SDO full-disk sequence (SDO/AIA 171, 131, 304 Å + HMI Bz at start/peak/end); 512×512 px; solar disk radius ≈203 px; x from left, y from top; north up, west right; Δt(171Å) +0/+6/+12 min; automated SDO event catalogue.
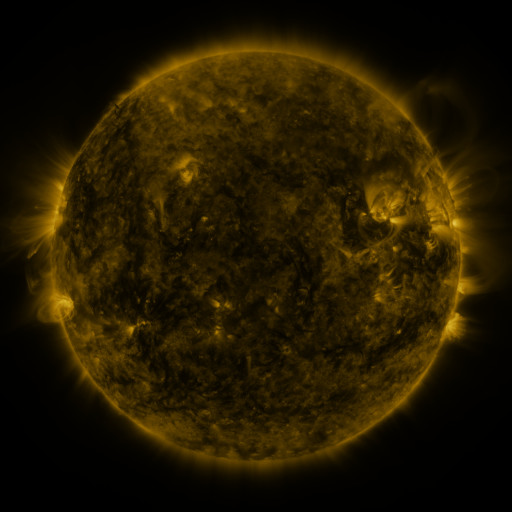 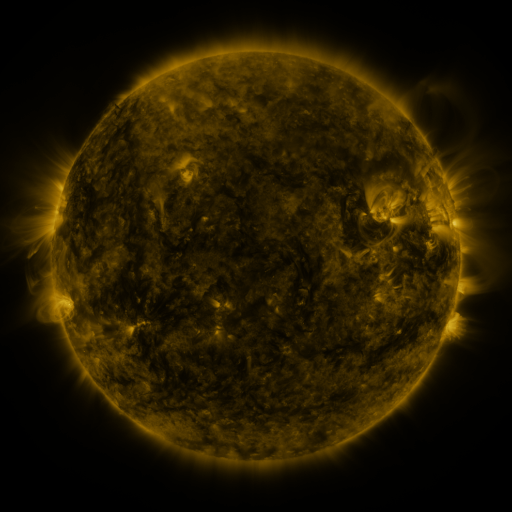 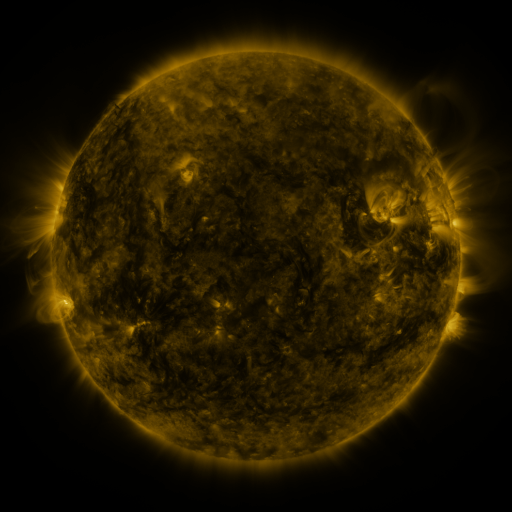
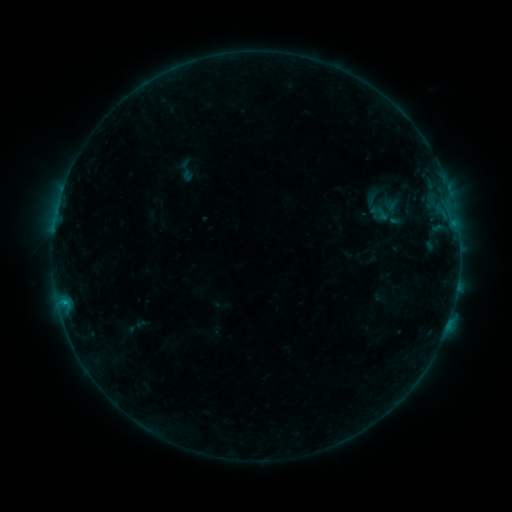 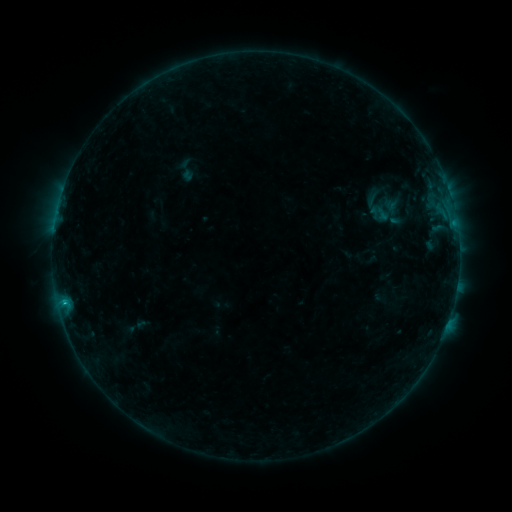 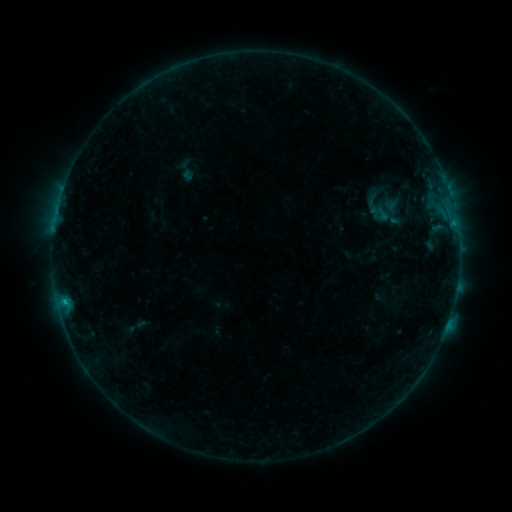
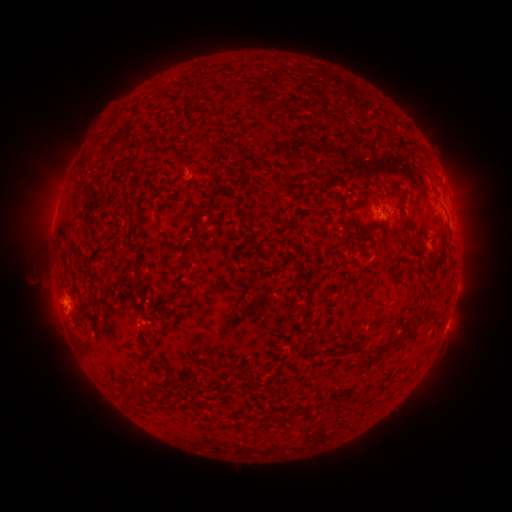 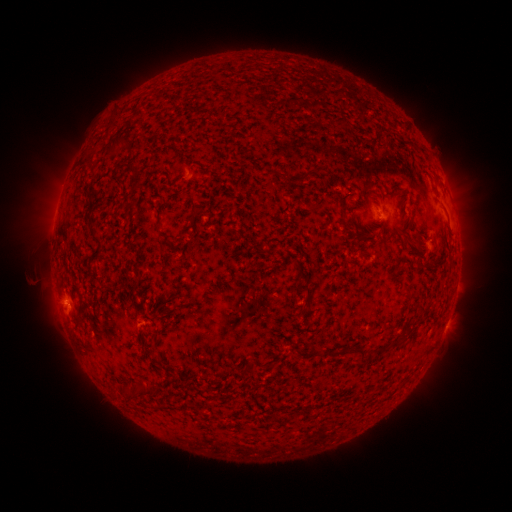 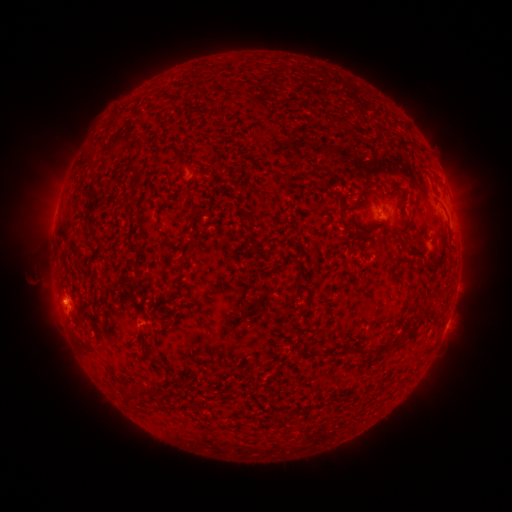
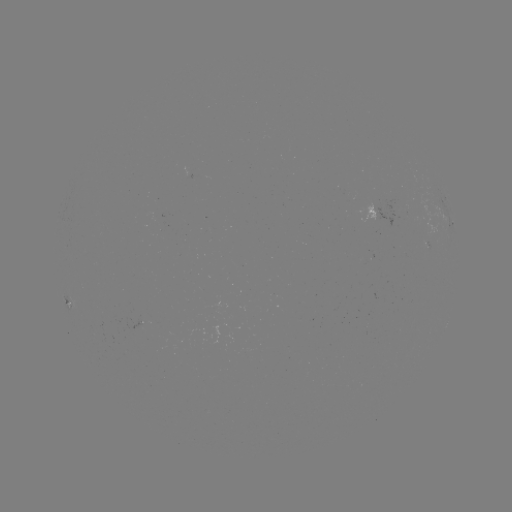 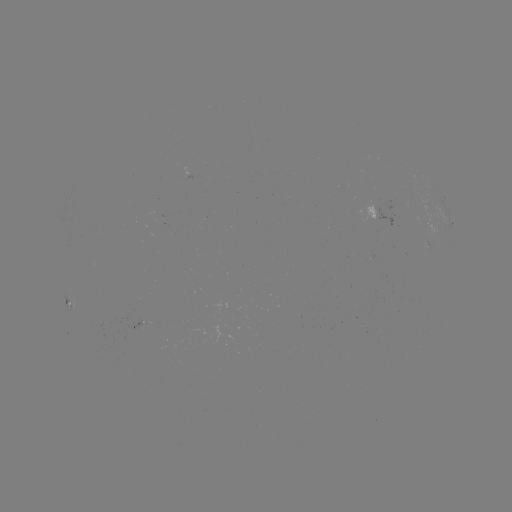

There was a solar flare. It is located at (65, 303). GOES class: B4.6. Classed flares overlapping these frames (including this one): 1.